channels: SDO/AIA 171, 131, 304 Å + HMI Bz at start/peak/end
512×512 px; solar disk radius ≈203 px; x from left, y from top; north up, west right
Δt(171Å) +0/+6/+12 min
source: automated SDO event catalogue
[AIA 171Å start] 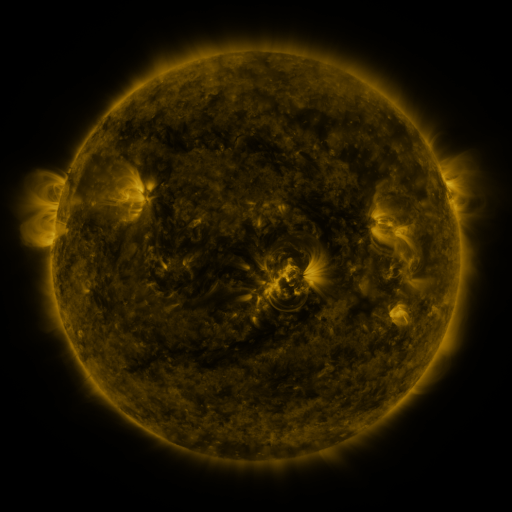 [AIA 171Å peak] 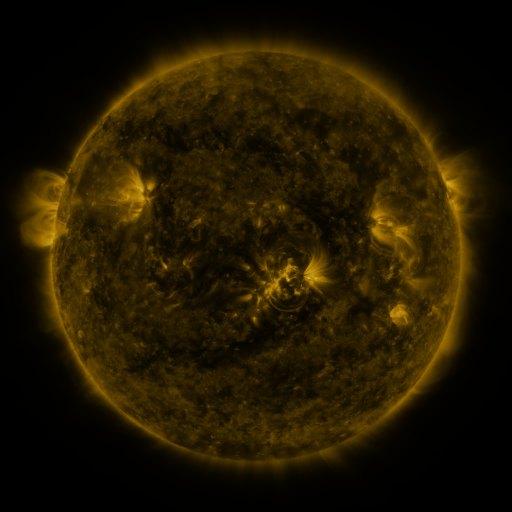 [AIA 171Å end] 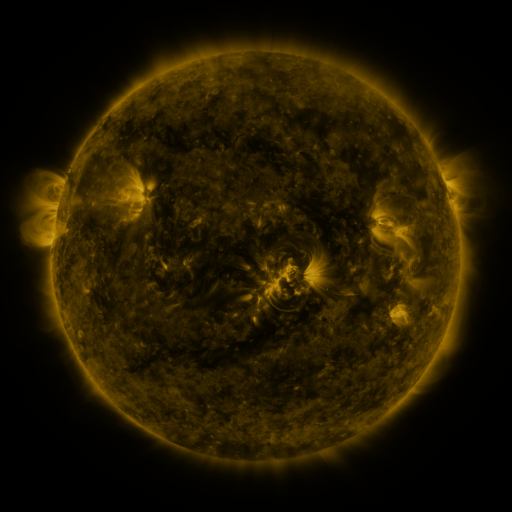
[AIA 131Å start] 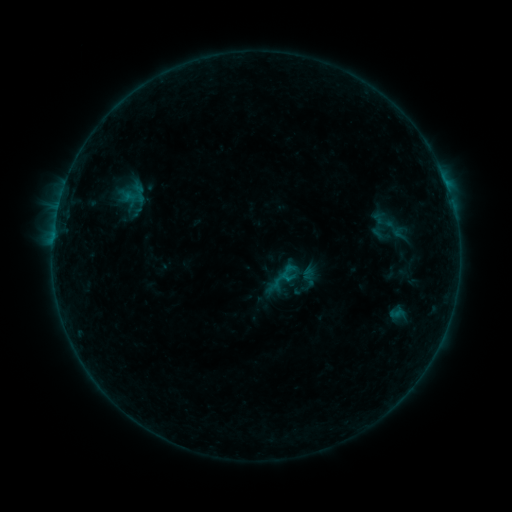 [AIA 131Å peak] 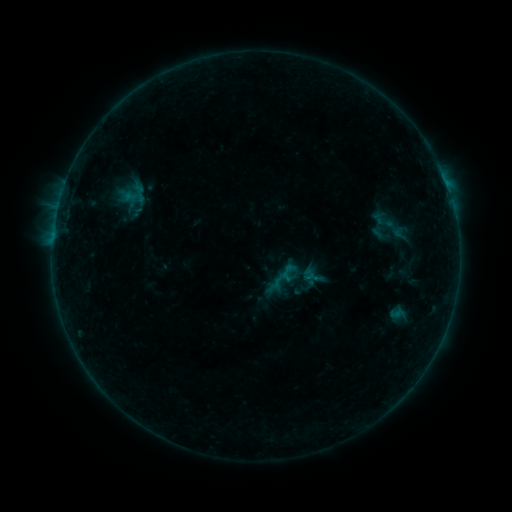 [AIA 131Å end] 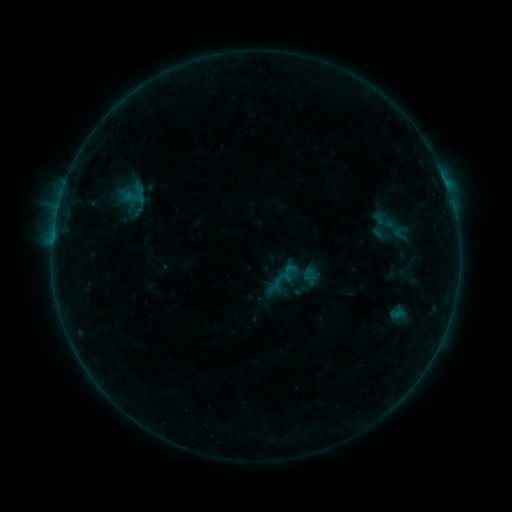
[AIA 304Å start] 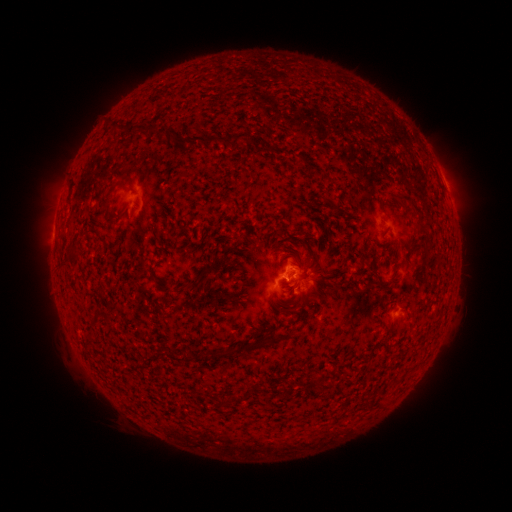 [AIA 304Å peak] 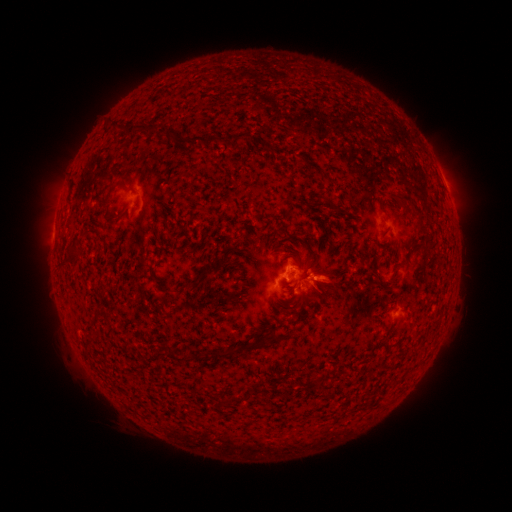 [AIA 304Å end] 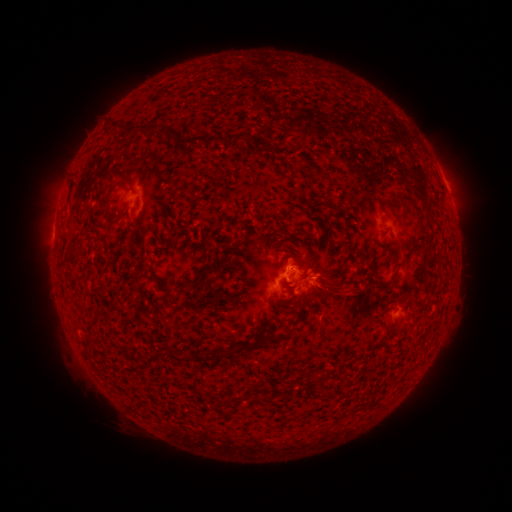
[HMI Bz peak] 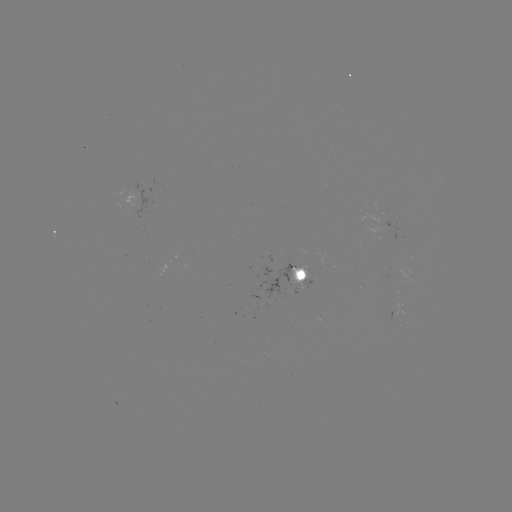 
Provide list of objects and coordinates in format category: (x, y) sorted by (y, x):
eruption: (331, 284)
